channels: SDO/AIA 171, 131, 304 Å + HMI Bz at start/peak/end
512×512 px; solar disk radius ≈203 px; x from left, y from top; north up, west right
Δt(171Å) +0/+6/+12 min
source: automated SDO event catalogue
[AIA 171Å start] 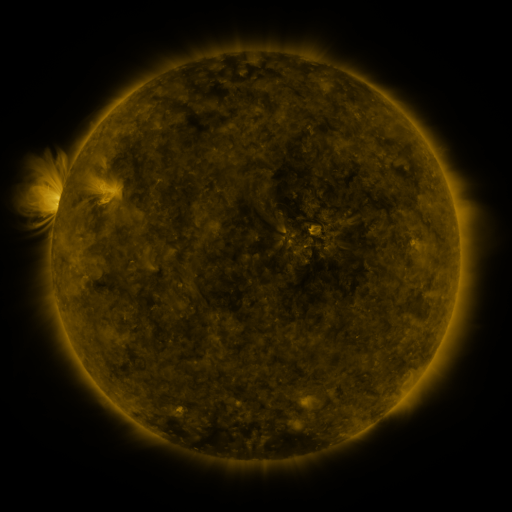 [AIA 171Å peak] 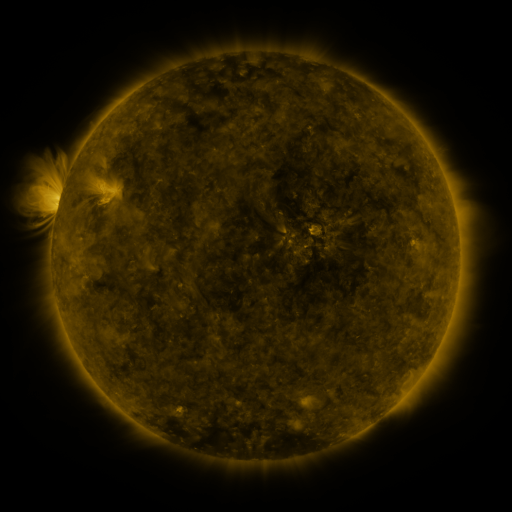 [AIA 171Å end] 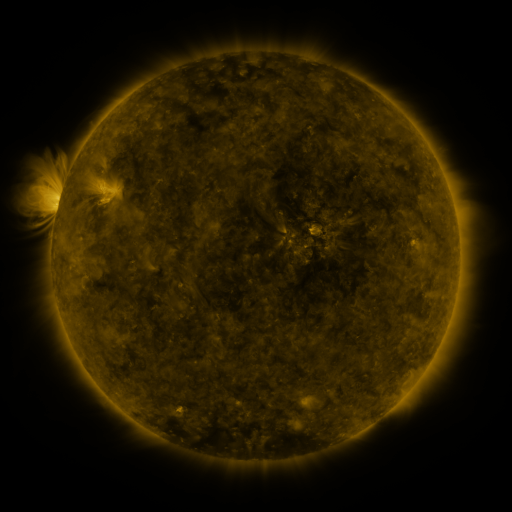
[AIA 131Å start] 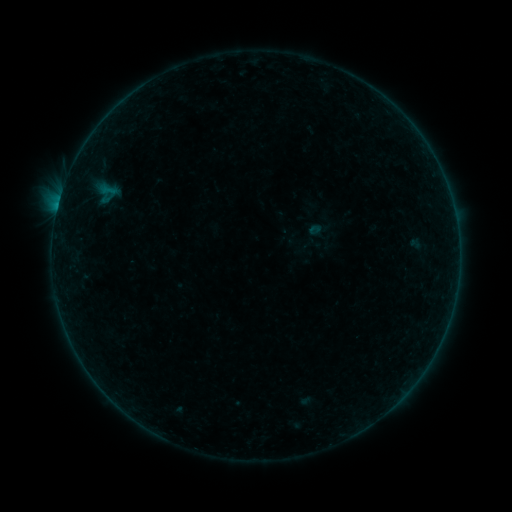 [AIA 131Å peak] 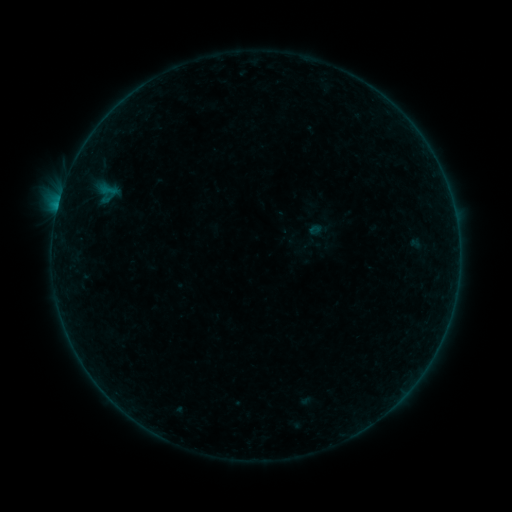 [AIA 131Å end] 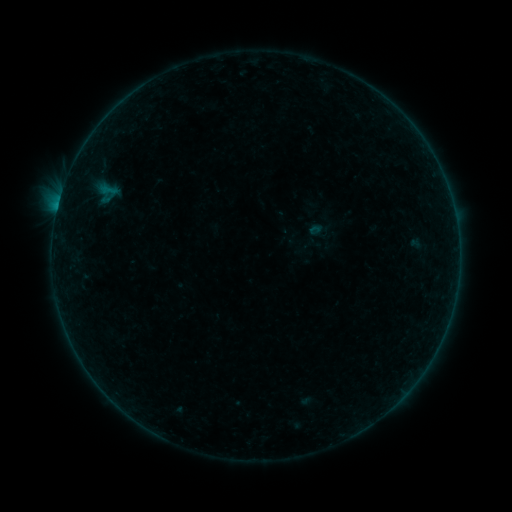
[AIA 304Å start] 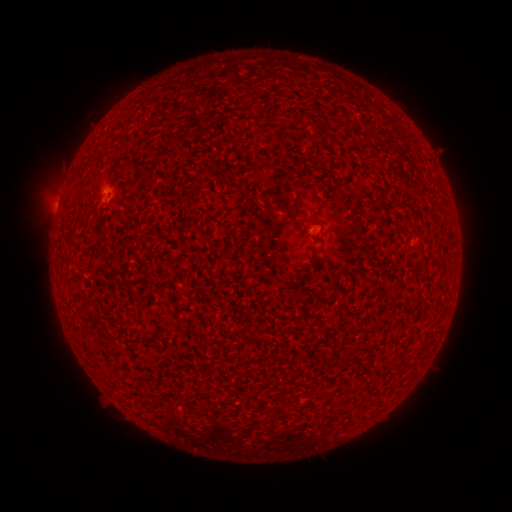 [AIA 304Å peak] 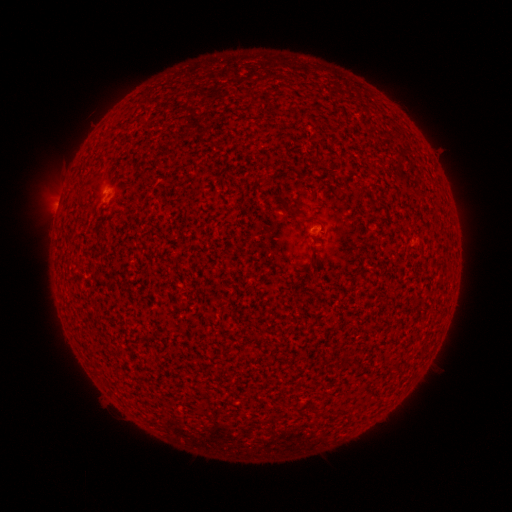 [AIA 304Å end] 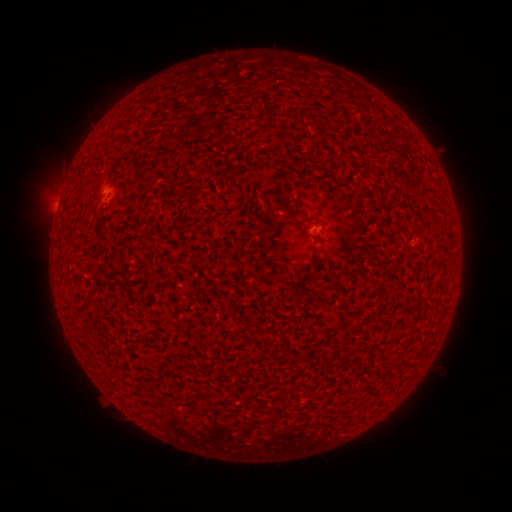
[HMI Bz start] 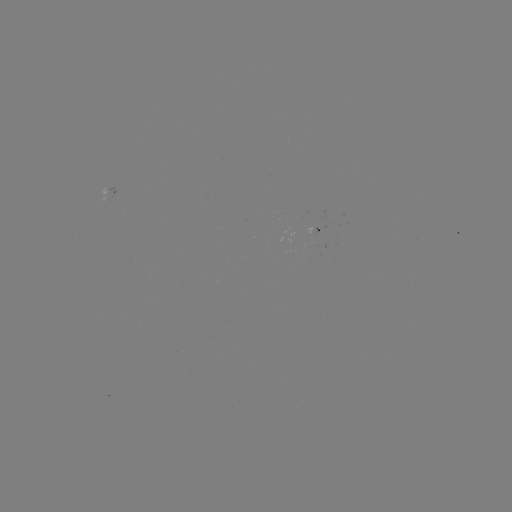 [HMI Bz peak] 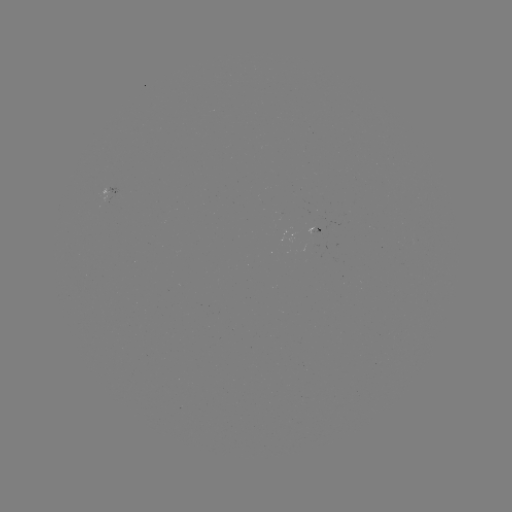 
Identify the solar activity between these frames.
B1.6 flare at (58, 206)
